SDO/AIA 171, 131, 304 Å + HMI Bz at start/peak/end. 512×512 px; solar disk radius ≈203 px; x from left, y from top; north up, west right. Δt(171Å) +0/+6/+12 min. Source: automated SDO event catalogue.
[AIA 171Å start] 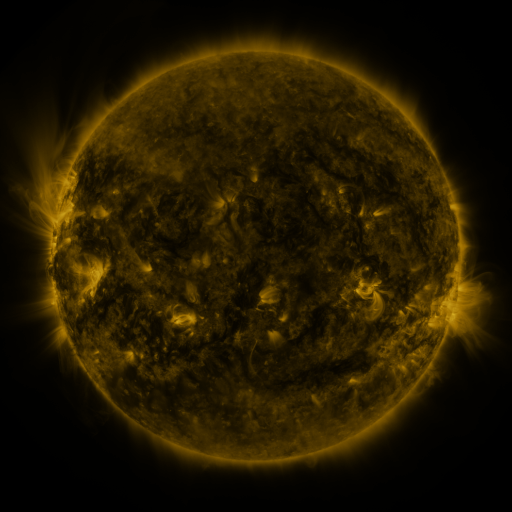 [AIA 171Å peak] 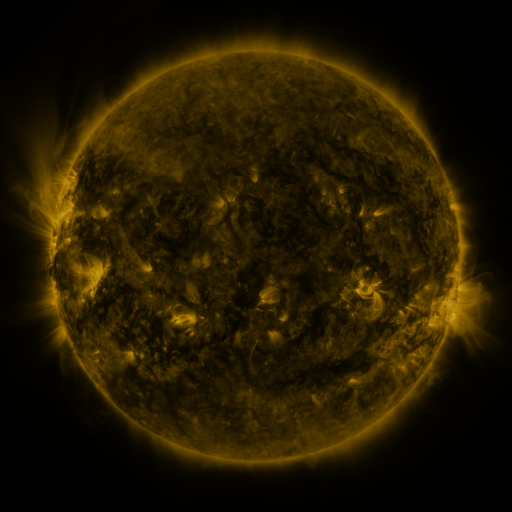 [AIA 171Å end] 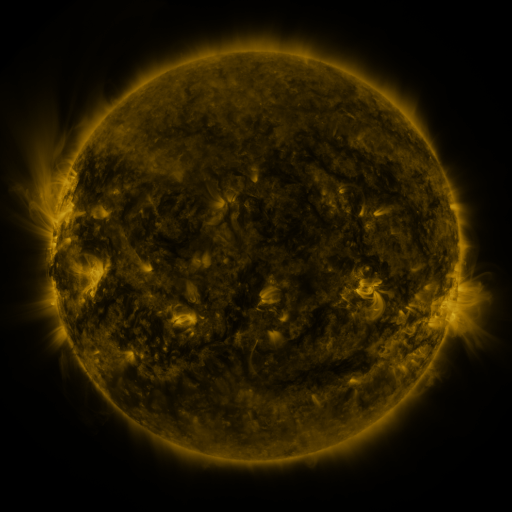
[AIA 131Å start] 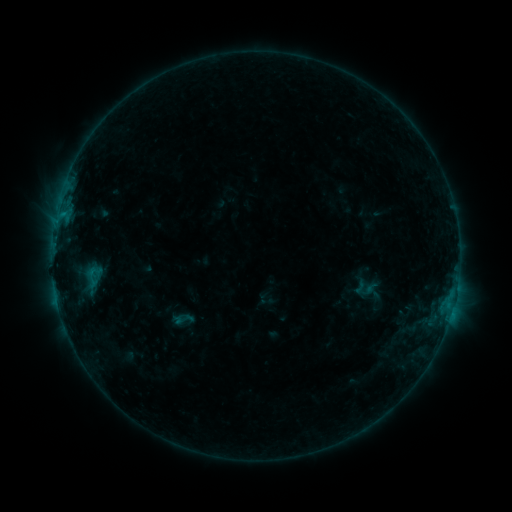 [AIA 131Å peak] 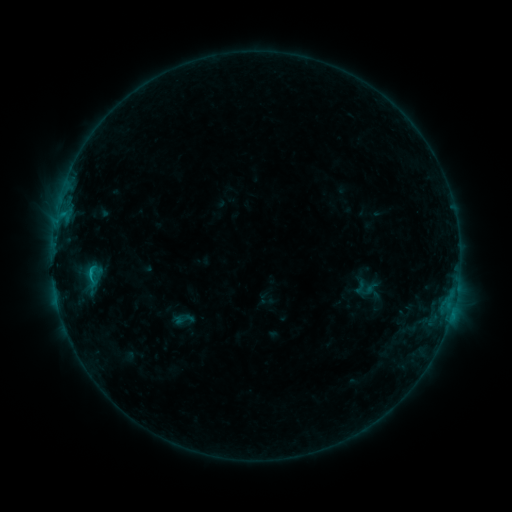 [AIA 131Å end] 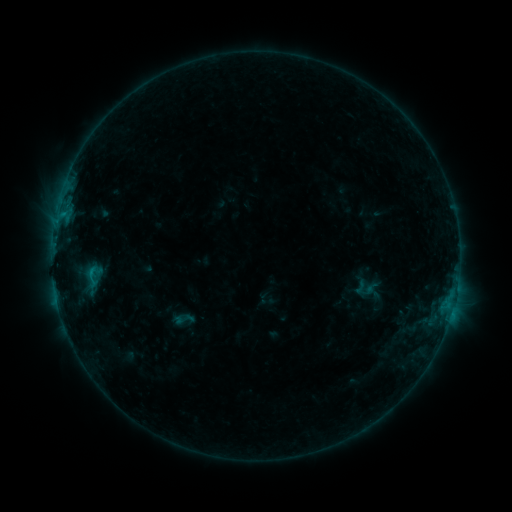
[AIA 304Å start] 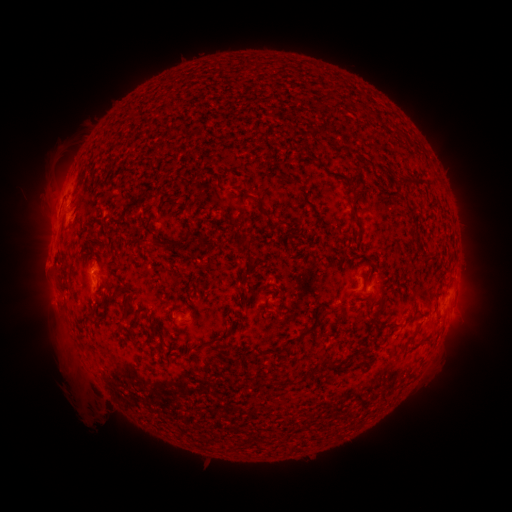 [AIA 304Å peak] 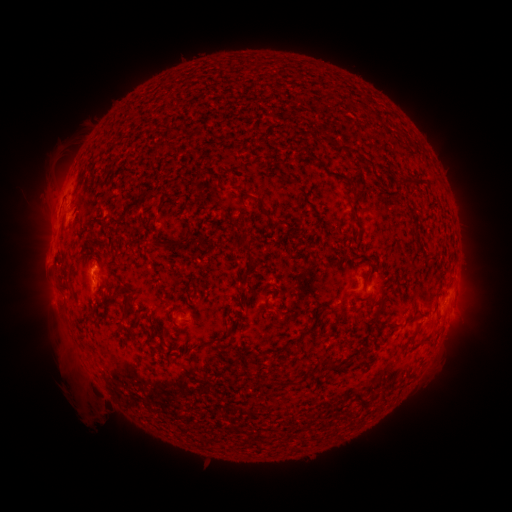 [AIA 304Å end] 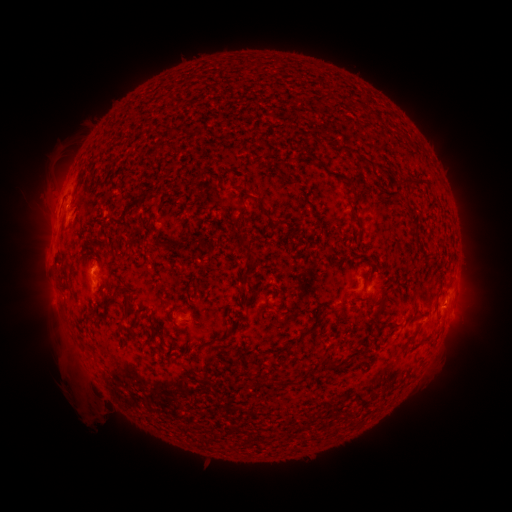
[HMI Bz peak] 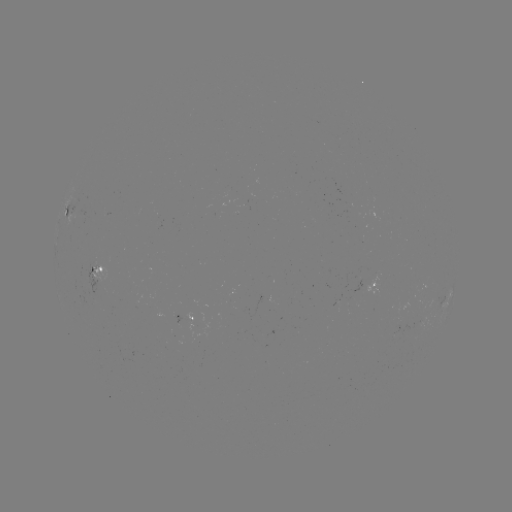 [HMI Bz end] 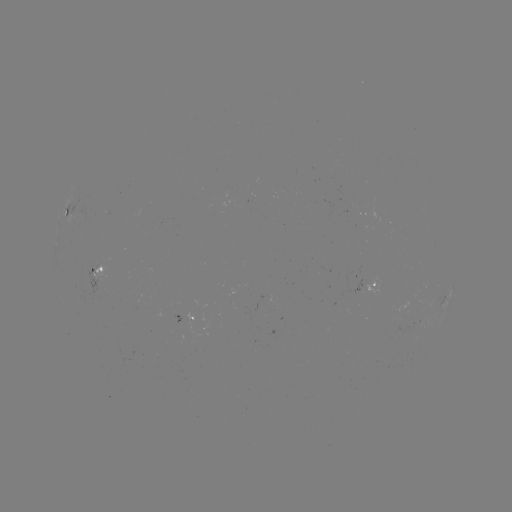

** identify B4.9 flare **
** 91,272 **